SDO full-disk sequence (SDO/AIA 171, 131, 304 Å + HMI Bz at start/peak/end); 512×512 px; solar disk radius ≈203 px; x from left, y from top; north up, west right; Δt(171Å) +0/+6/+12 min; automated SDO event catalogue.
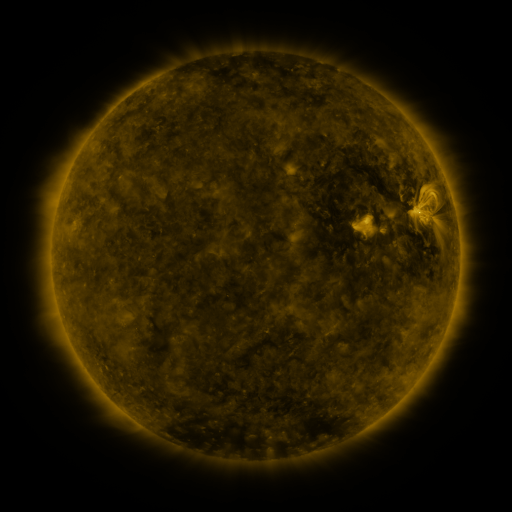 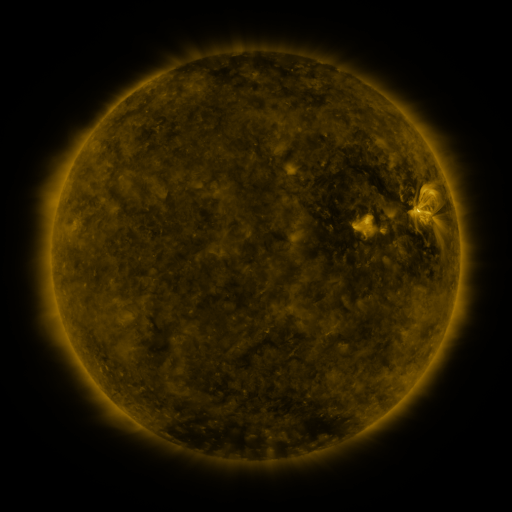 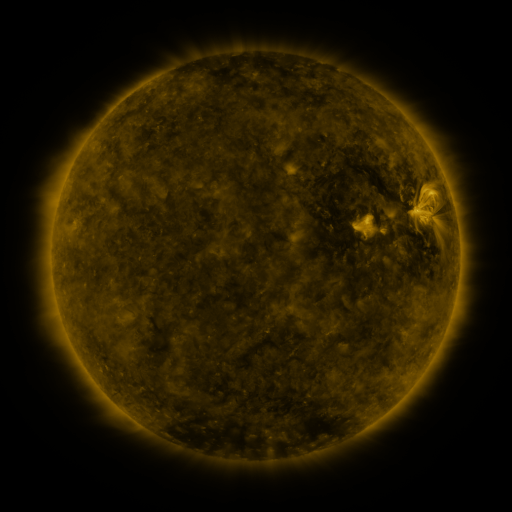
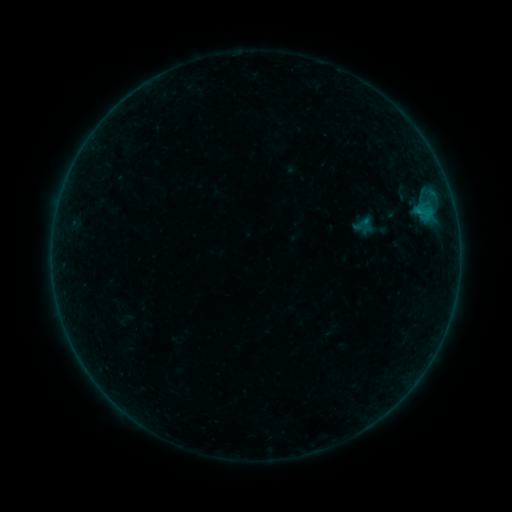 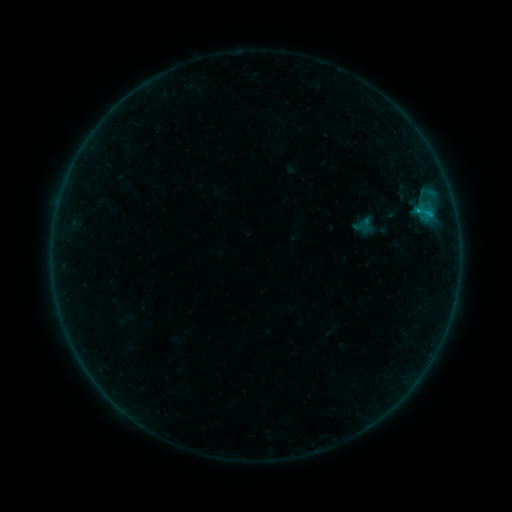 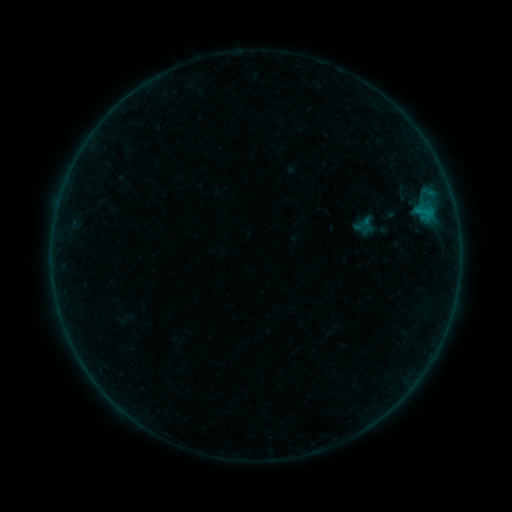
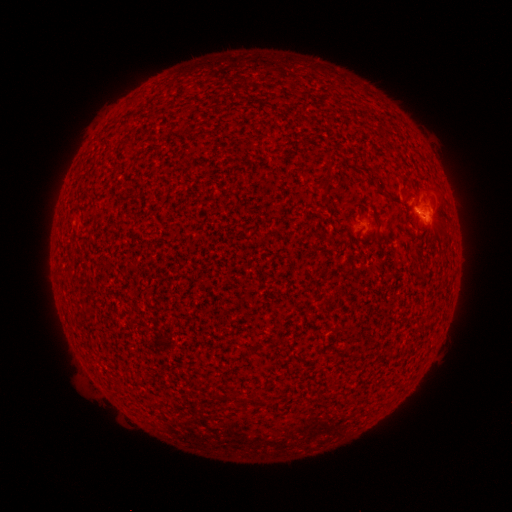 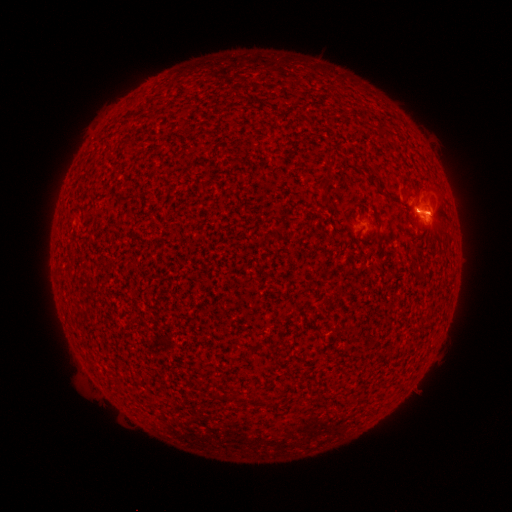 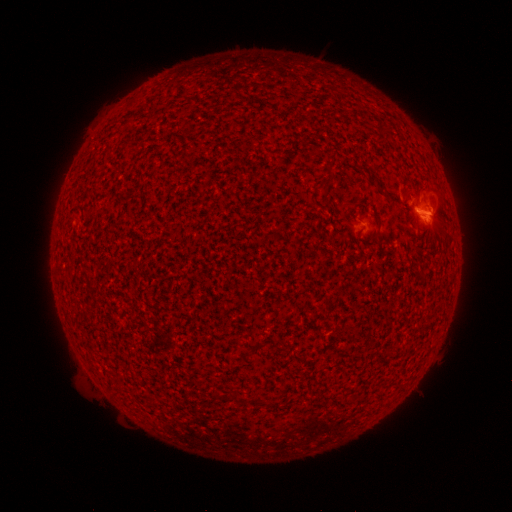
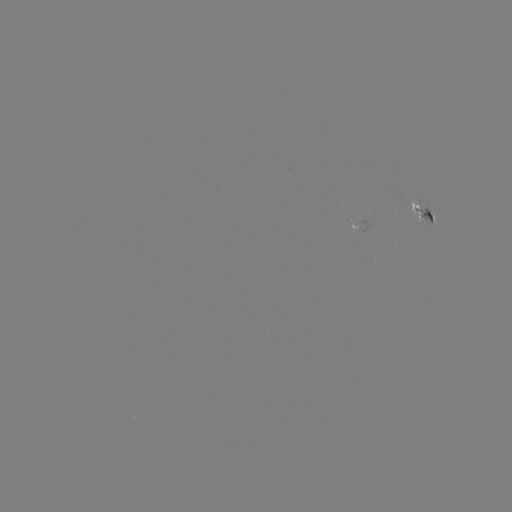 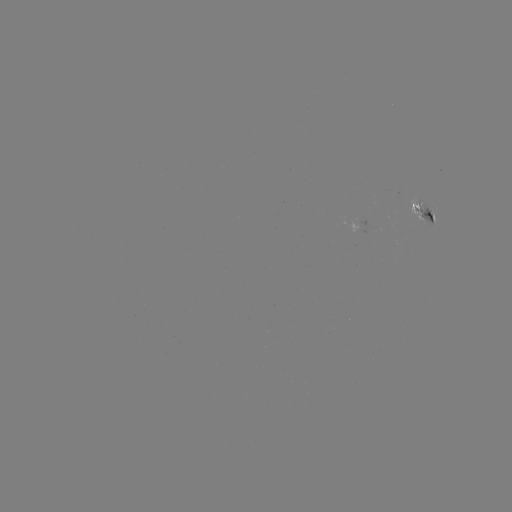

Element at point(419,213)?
B4.9 flare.